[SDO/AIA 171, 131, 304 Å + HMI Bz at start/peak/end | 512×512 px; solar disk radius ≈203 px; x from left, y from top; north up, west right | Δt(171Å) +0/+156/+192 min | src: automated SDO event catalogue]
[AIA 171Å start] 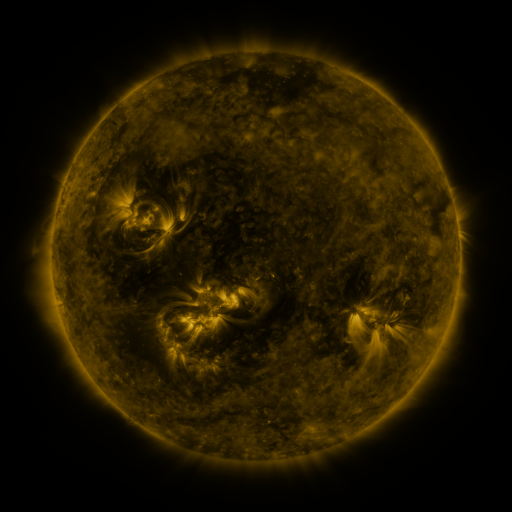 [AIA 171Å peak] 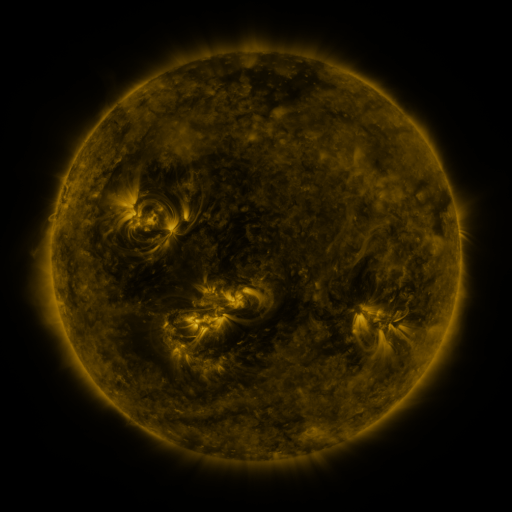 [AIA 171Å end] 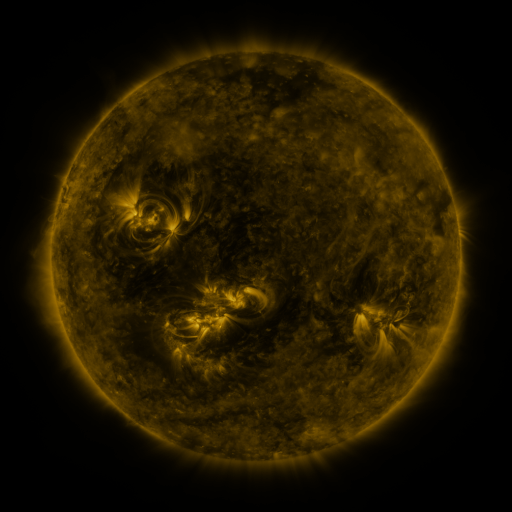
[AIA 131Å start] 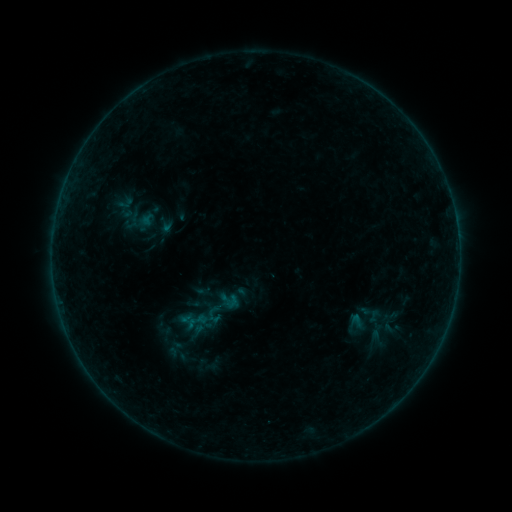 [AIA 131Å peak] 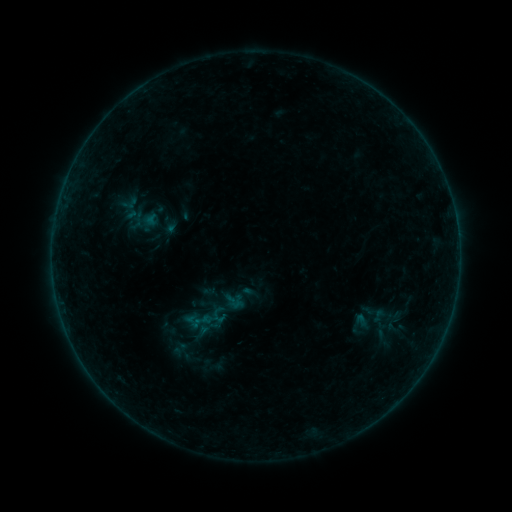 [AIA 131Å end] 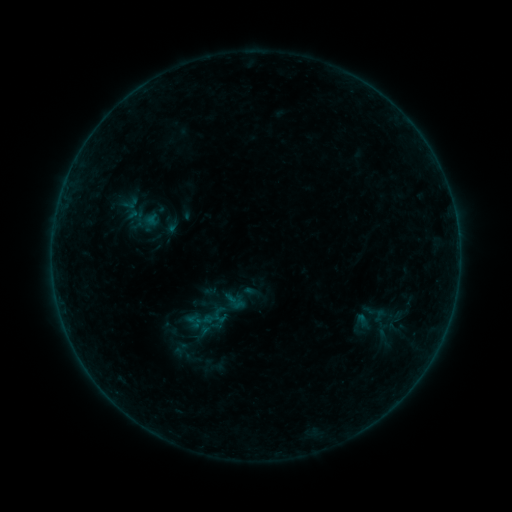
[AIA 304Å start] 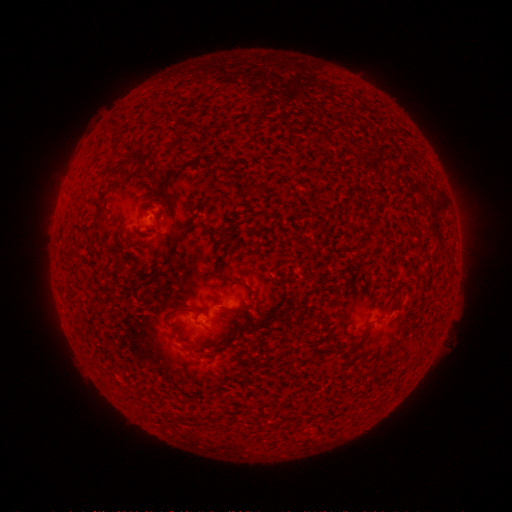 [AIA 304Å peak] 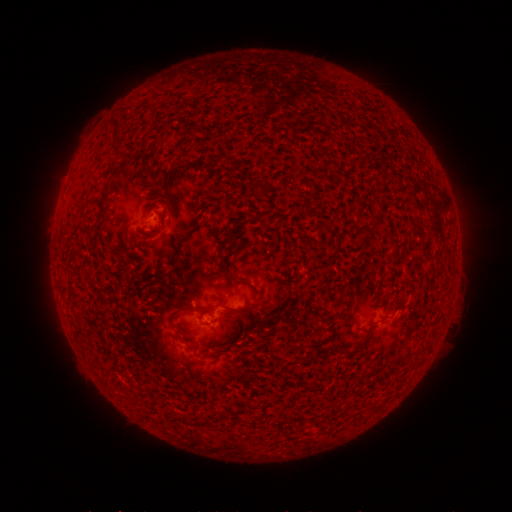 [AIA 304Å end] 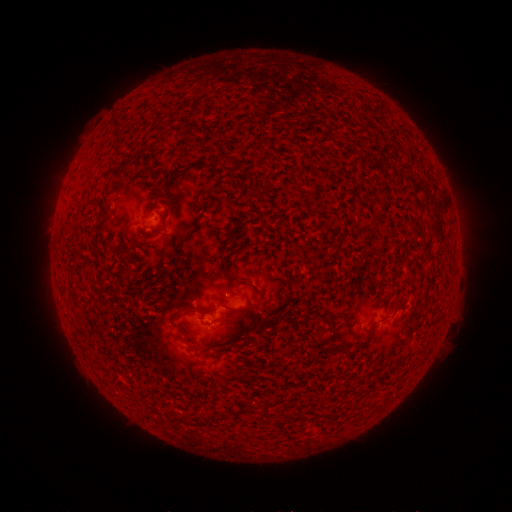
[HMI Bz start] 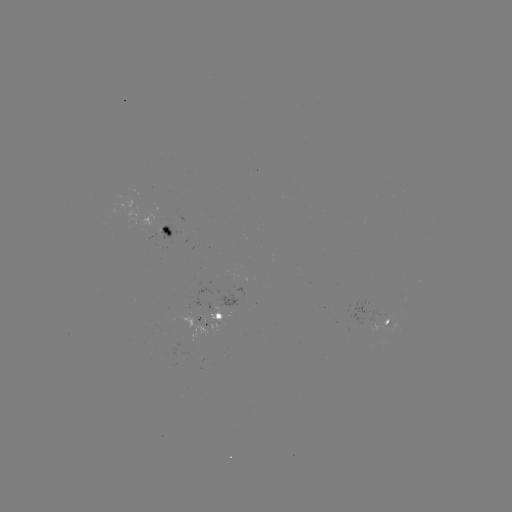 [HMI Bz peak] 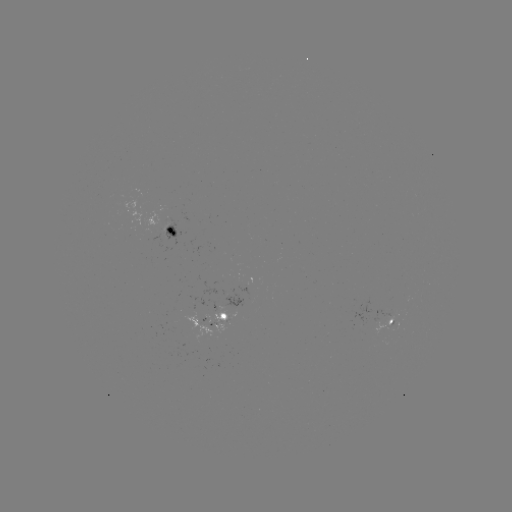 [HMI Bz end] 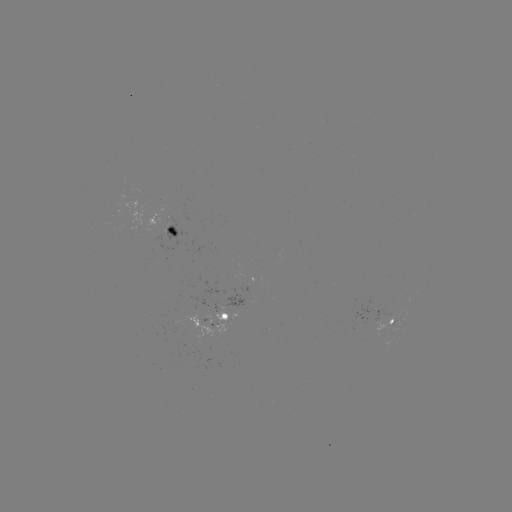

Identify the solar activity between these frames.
emerging-flux region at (218, 320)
